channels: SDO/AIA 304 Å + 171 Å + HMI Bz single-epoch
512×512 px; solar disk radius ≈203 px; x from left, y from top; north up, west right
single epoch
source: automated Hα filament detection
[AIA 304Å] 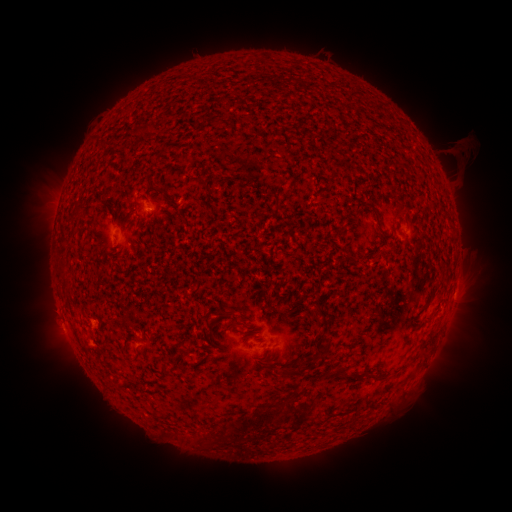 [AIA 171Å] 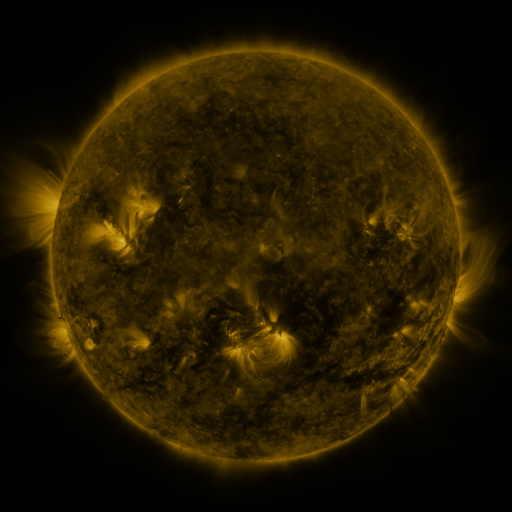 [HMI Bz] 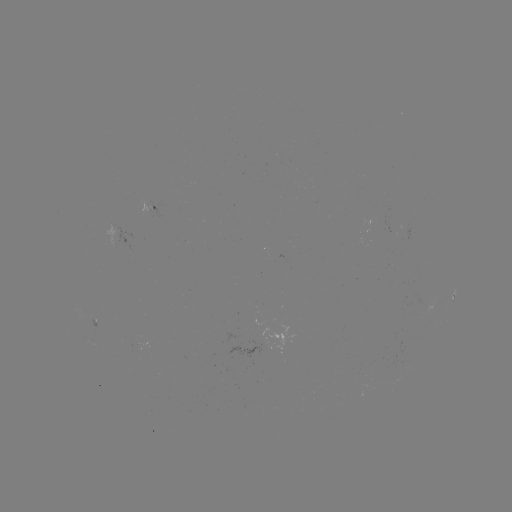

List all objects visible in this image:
filament: [220, 308, 234, 318]
filament: [314, 348, 326, 364]
filament: [285, 364, 302, 377]
filament: [332, 366, 359, 380]
filament: [368, 375, 382, 382]
filament: [226, 419, 241, 432]
